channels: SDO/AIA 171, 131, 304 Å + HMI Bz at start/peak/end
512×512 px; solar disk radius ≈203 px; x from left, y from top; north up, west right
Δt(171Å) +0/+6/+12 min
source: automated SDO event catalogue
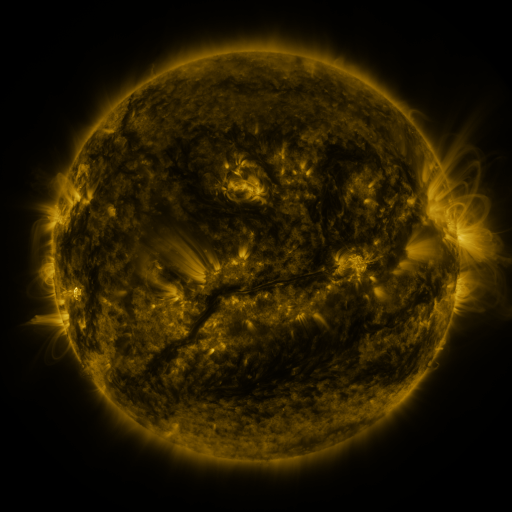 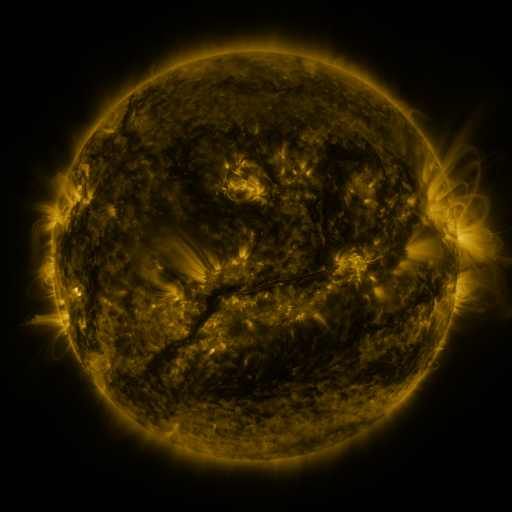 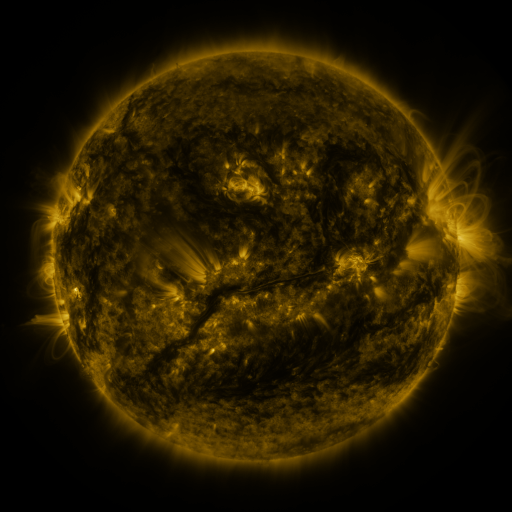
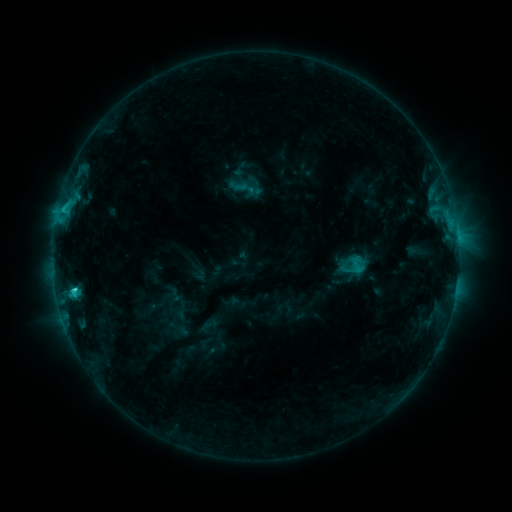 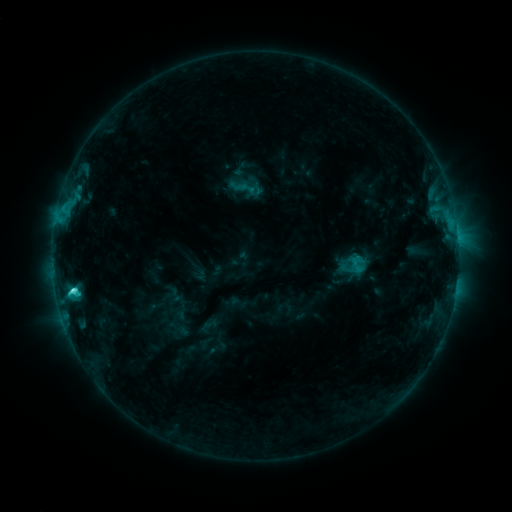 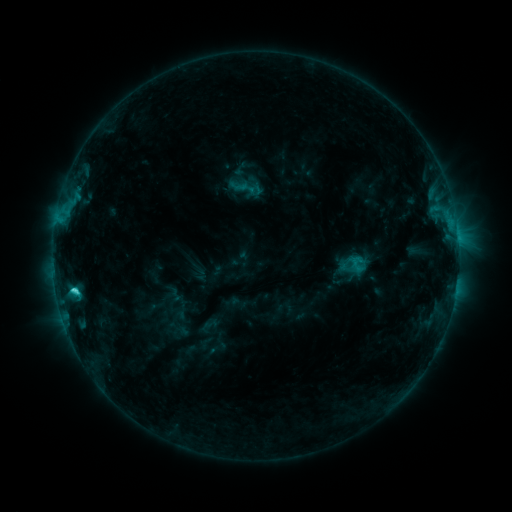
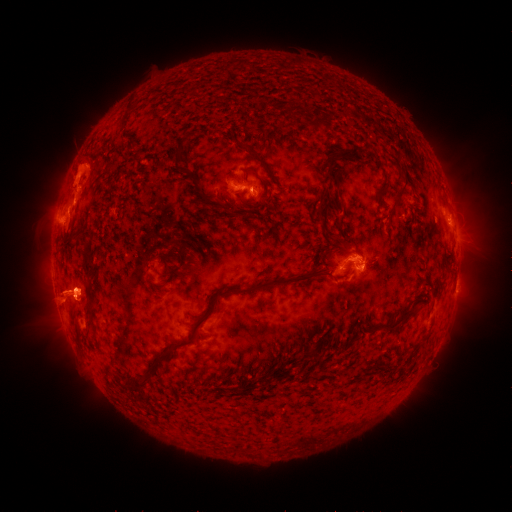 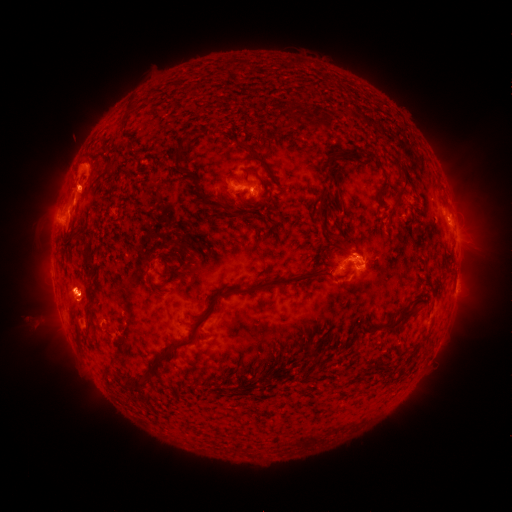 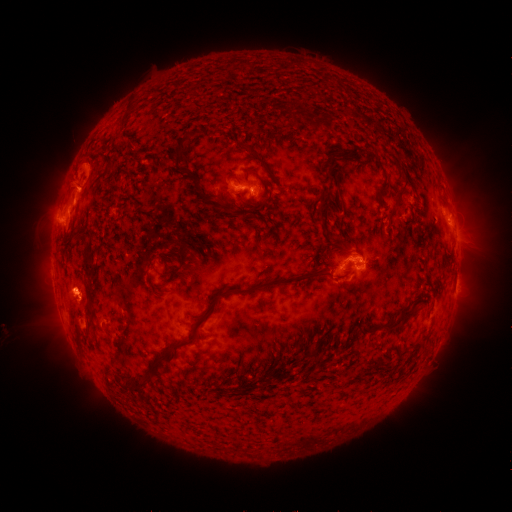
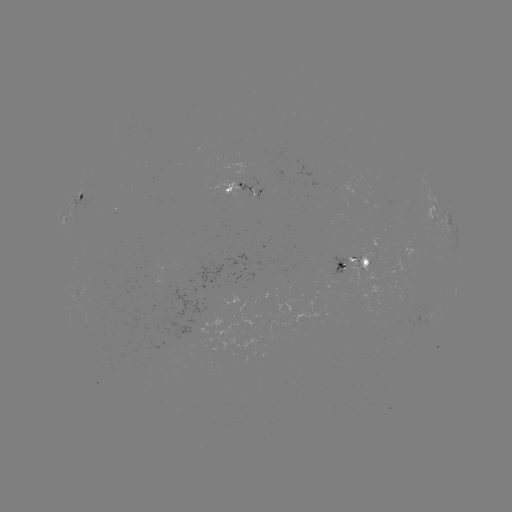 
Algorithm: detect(eruption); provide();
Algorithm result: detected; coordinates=(91, 299)